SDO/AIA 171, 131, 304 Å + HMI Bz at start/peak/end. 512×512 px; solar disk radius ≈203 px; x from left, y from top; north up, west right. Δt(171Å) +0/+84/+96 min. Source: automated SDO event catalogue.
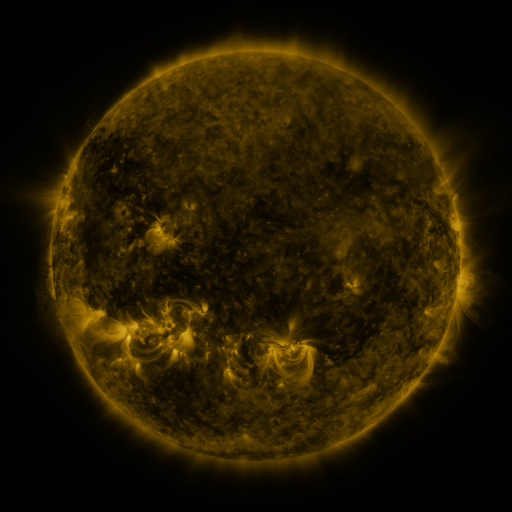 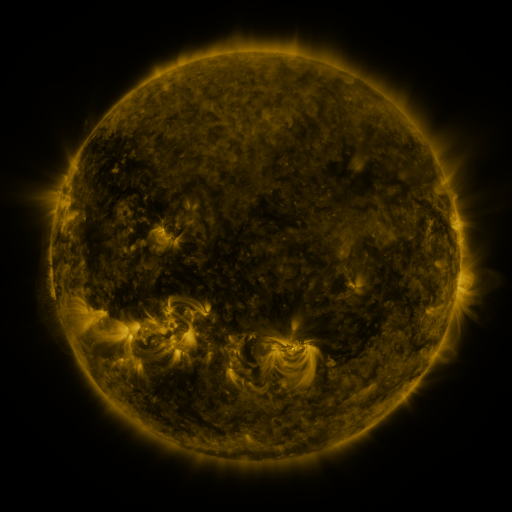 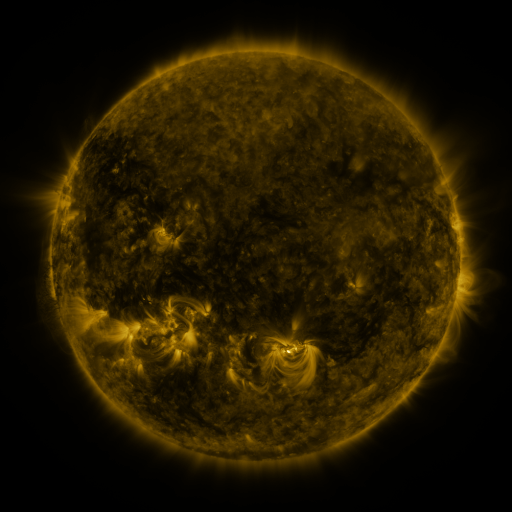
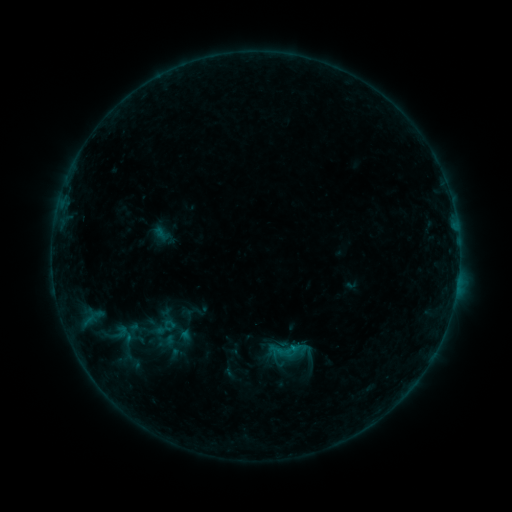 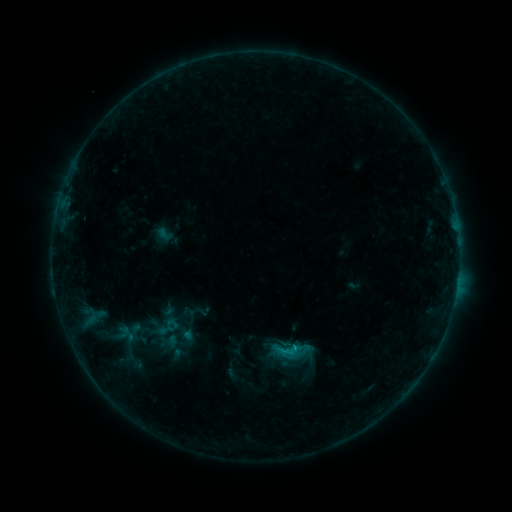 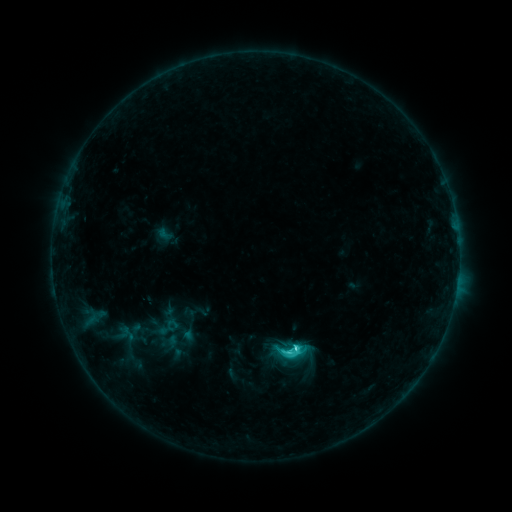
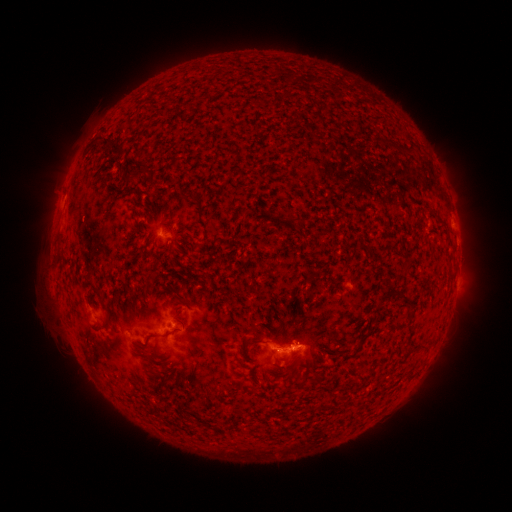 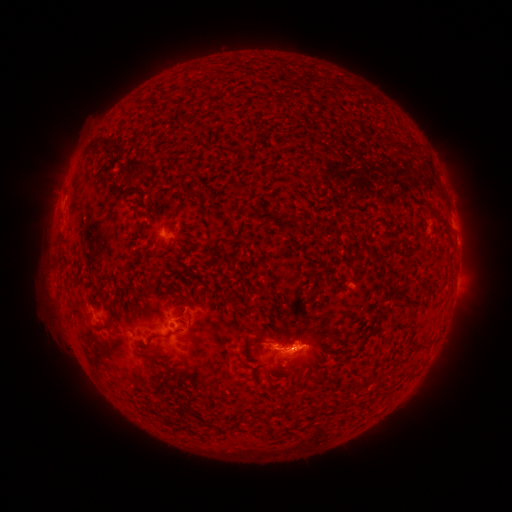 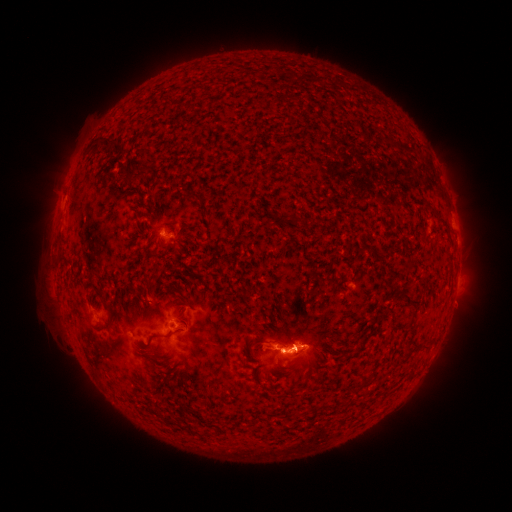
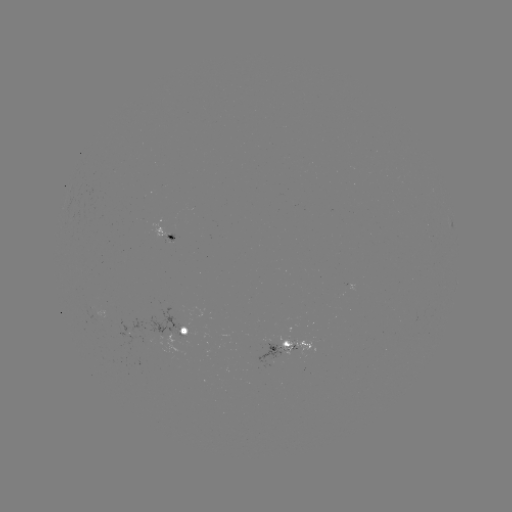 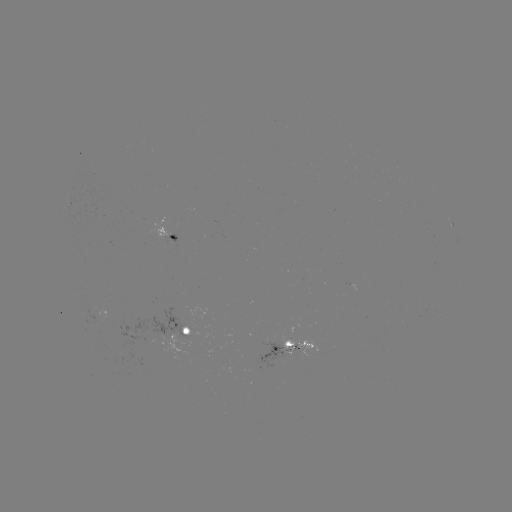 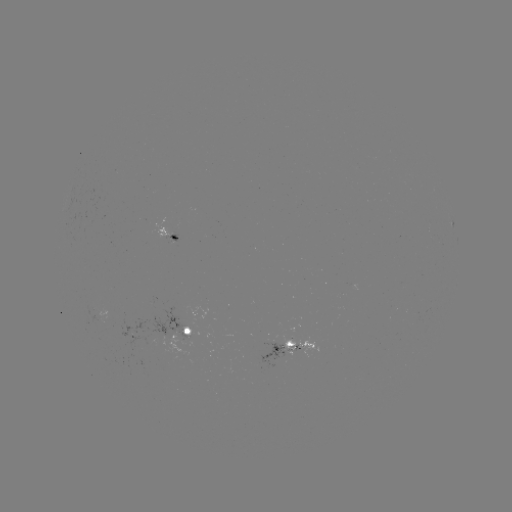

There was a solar emerging-flux region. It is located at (274, 343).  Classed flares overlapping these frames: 2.